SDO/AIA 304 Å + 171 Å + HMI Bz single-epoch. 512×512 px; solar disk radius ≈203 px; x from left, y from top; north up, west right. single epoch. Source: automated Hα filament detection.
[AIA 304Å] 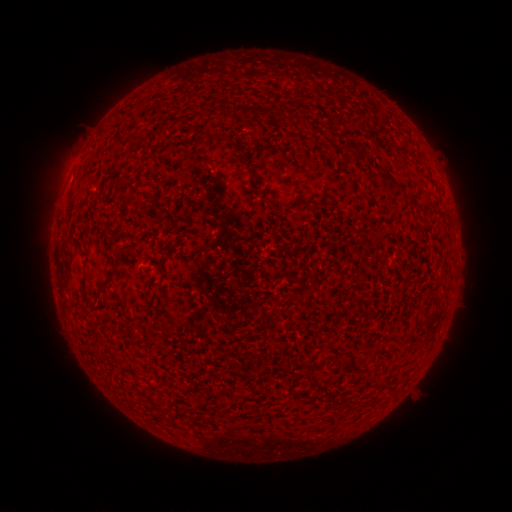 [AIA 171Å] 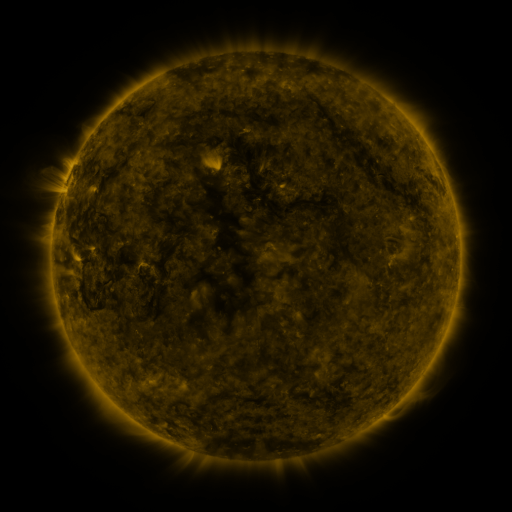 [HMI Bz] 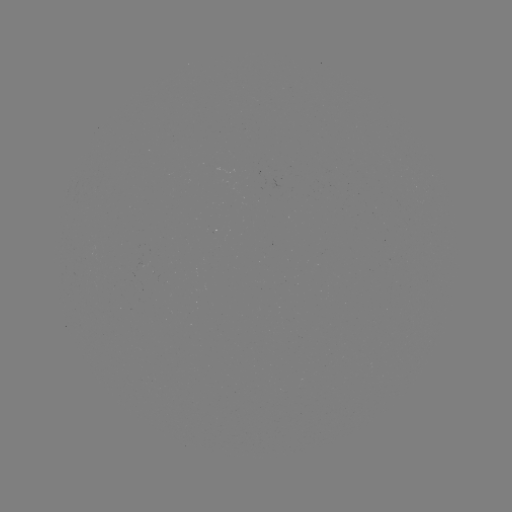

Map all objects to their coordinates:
filament: (226, 105)
filament: (250, 109)
filament: (202, 139)
filament: (387, 178)
filament: (108, 279)
